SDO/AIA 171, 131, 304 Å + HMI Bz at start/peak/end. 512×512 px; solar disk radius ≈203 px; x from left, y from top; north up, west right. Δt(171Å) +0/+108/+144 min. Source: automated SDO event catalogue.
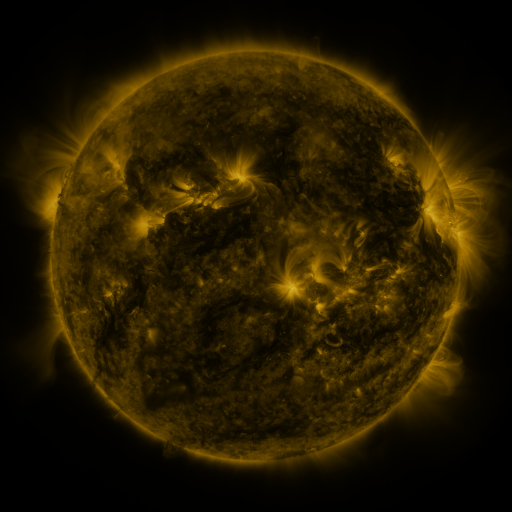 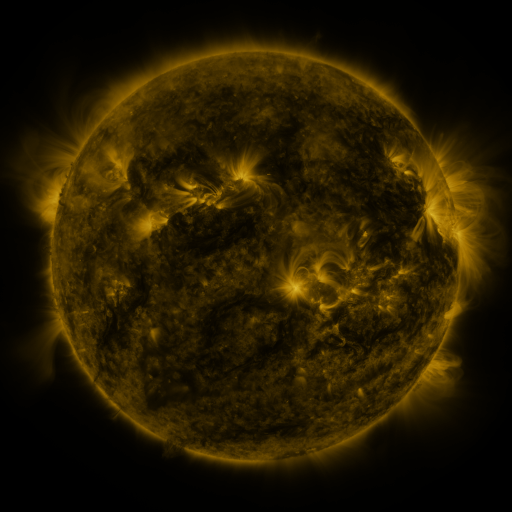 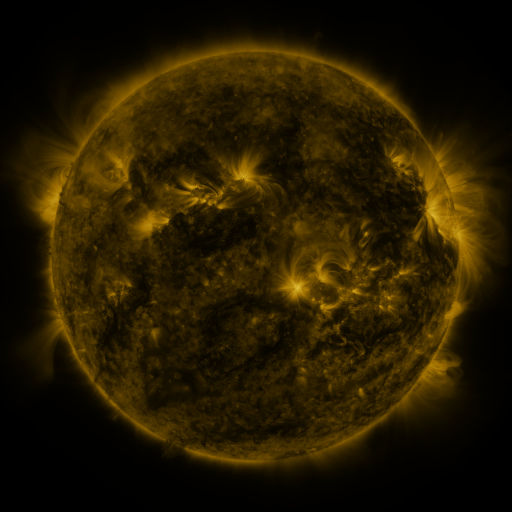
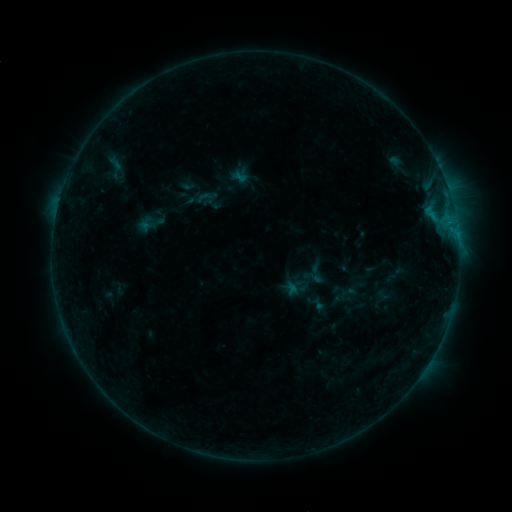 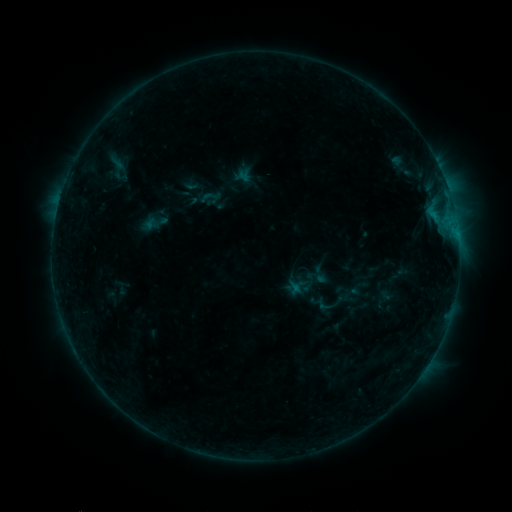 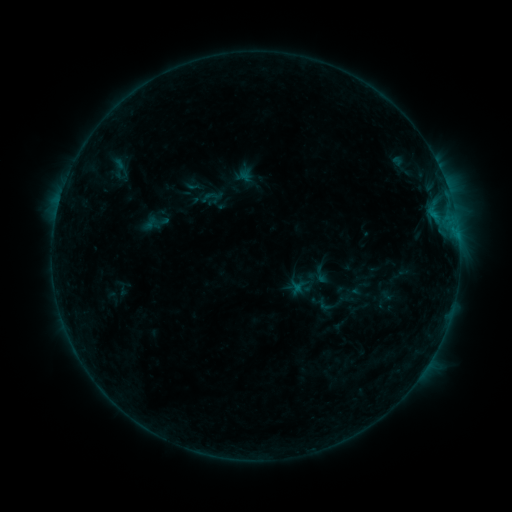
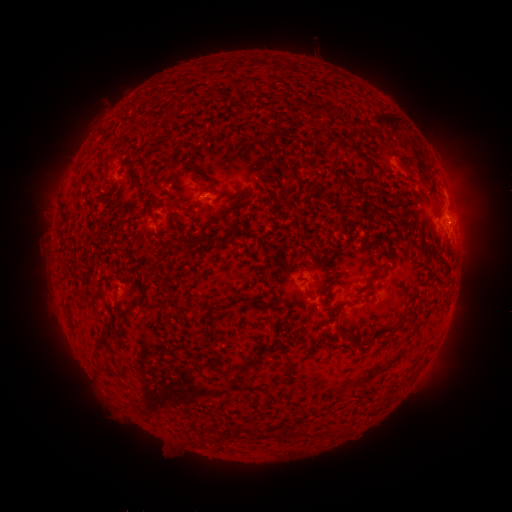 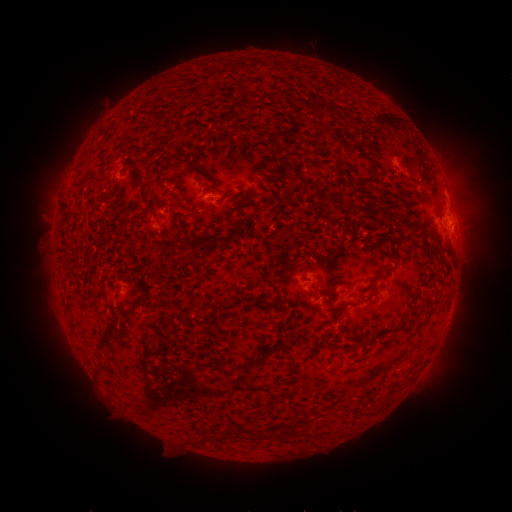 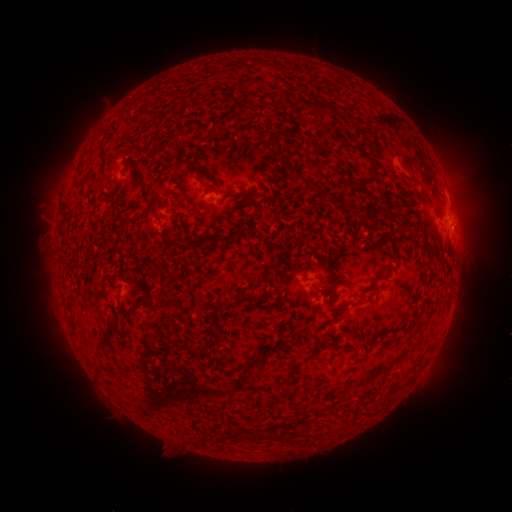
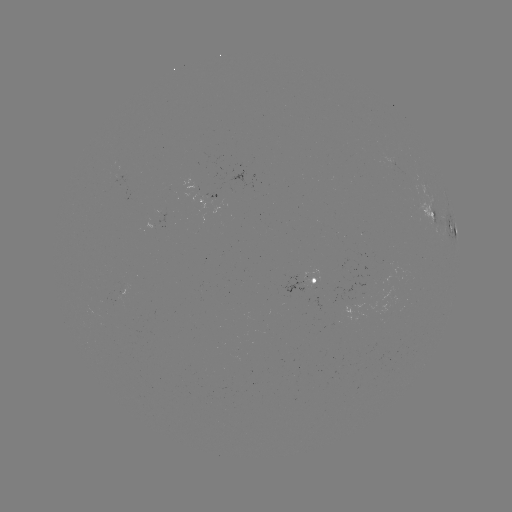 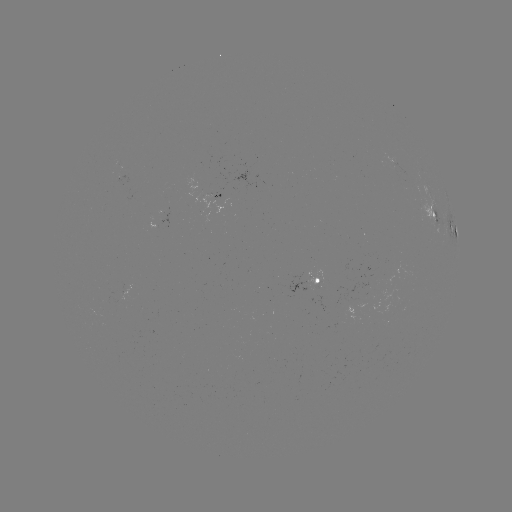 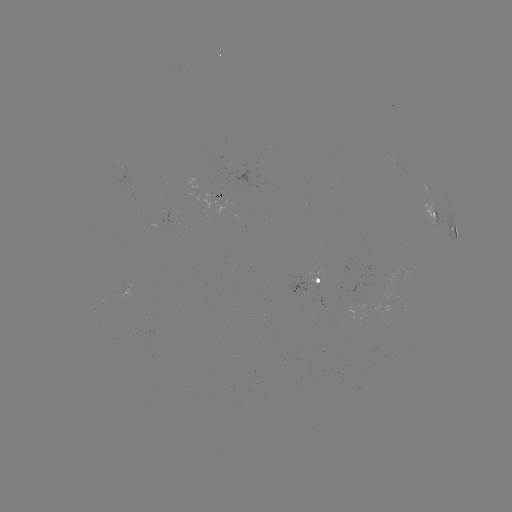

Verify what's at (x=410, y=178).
emerging-flux region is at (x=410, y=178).